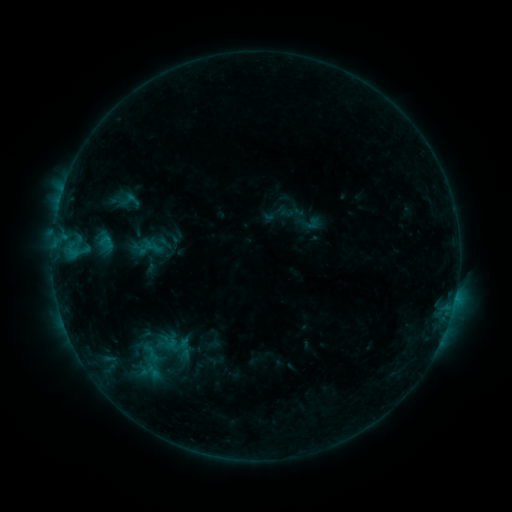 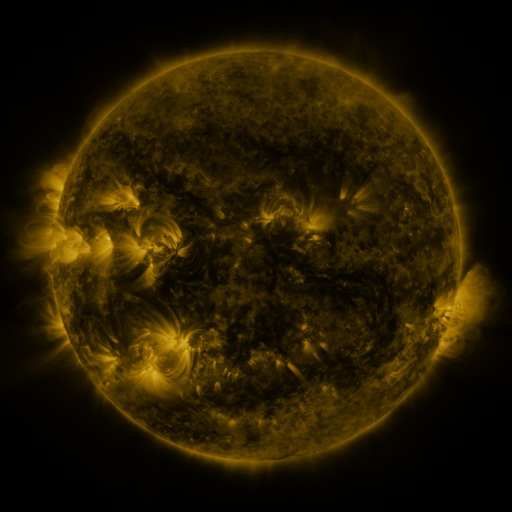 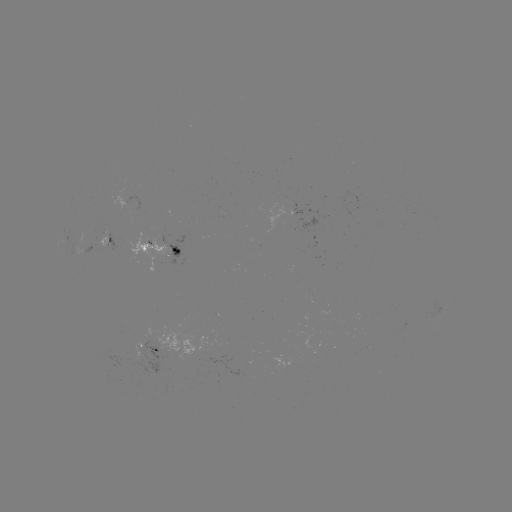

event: sigmoid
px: (172, 343)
